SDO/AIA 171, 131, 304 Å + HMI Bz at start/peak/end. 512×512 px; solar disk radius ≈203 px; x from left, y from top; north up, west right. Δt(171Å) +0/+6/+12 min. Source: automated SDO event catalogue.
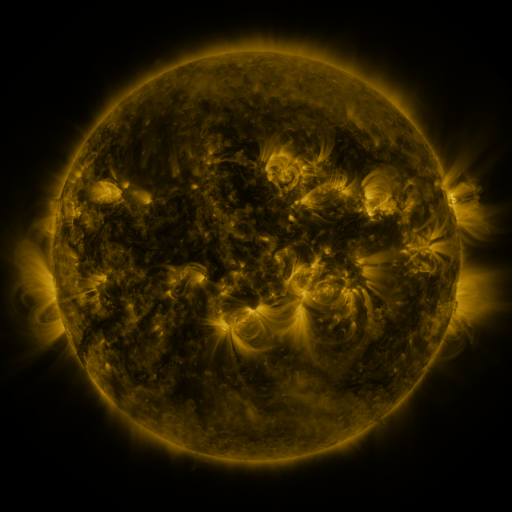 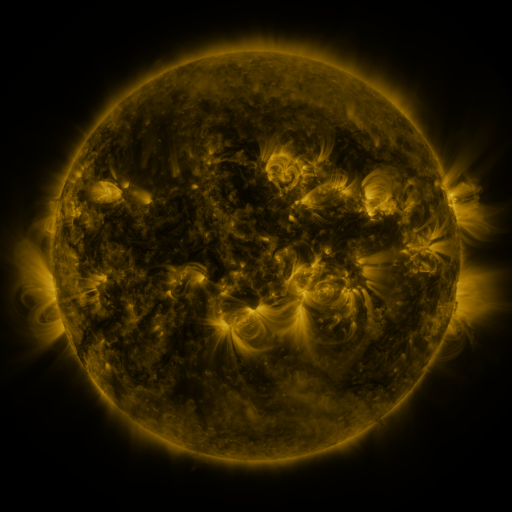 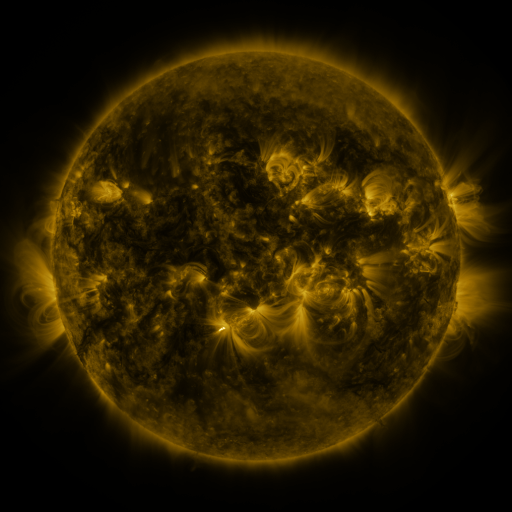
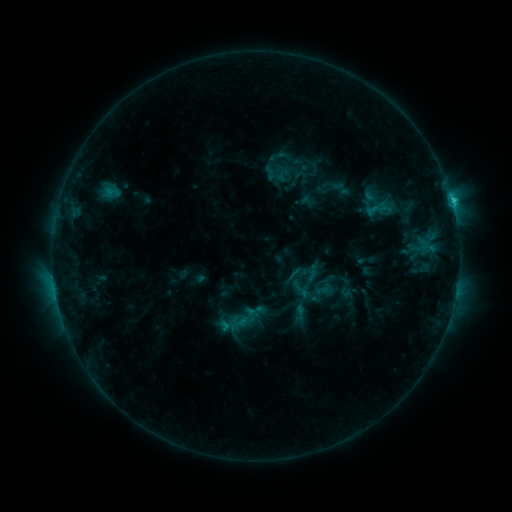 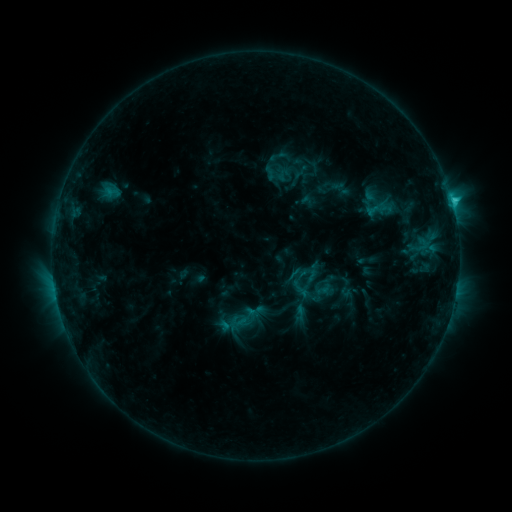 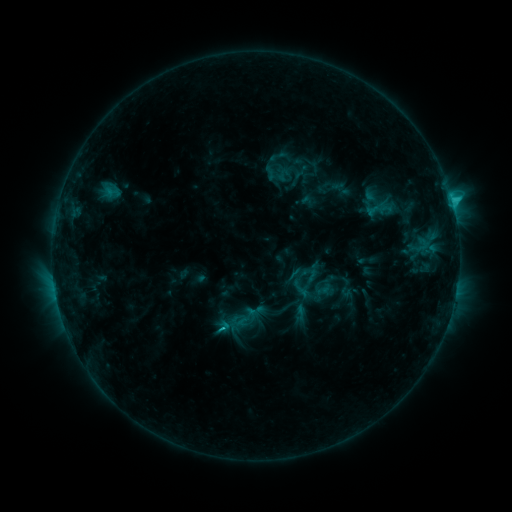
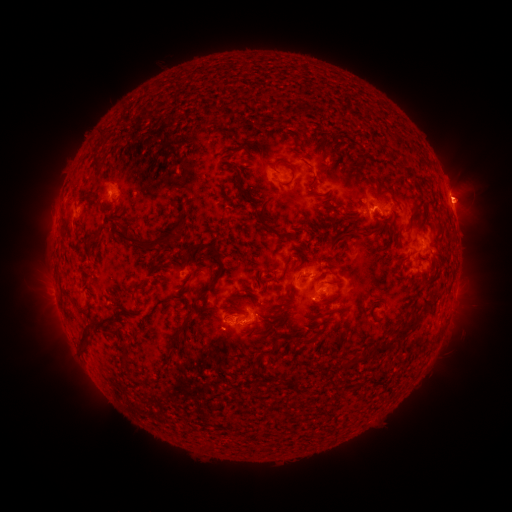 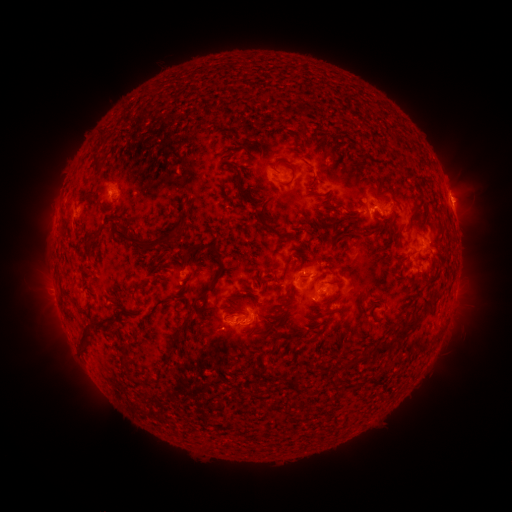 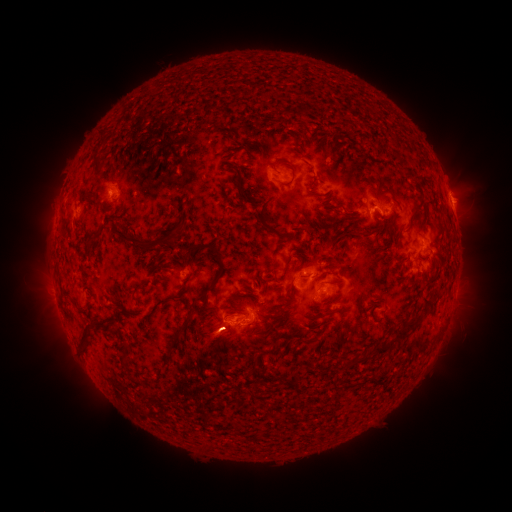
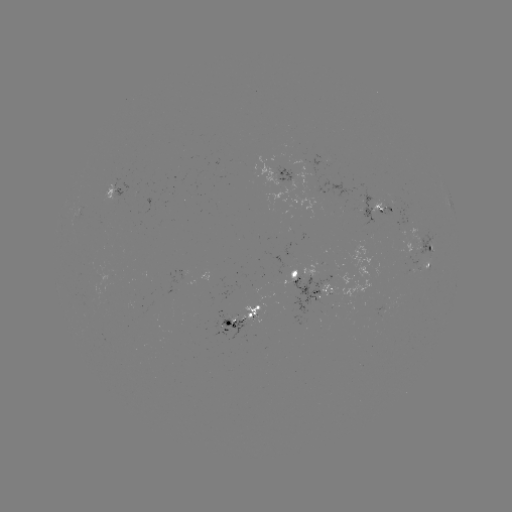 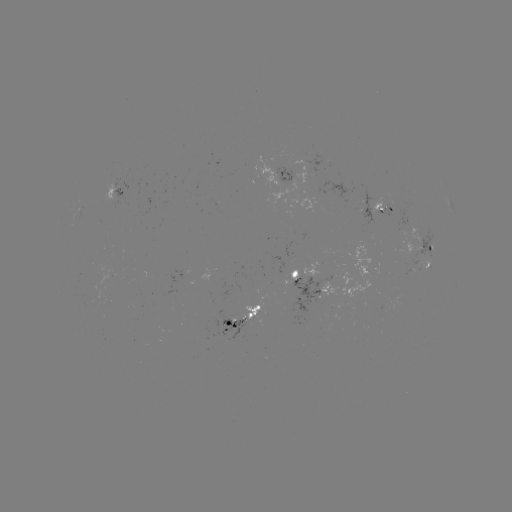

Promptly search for eruption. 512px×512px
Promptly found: [219, 340].